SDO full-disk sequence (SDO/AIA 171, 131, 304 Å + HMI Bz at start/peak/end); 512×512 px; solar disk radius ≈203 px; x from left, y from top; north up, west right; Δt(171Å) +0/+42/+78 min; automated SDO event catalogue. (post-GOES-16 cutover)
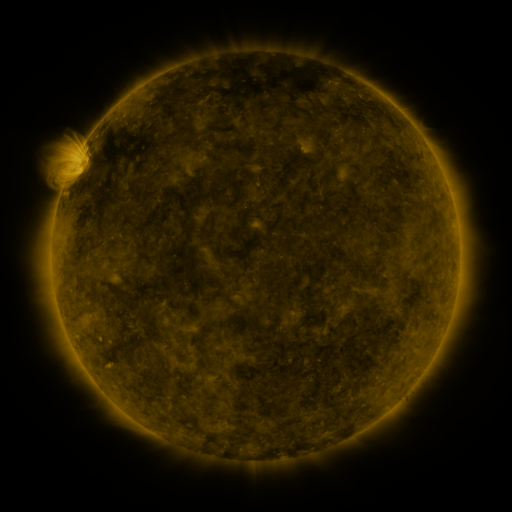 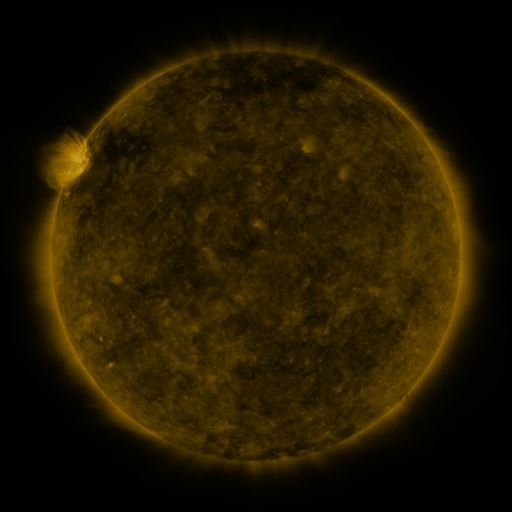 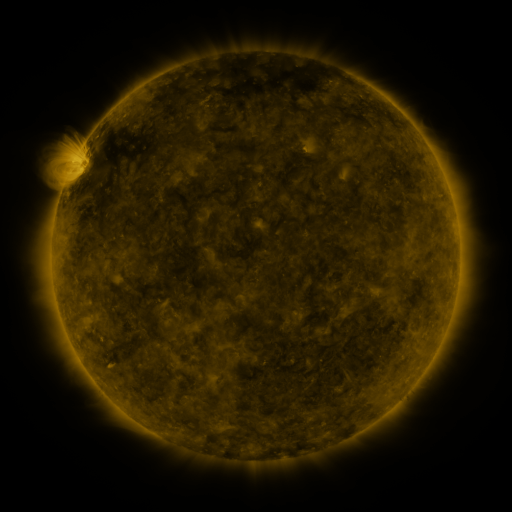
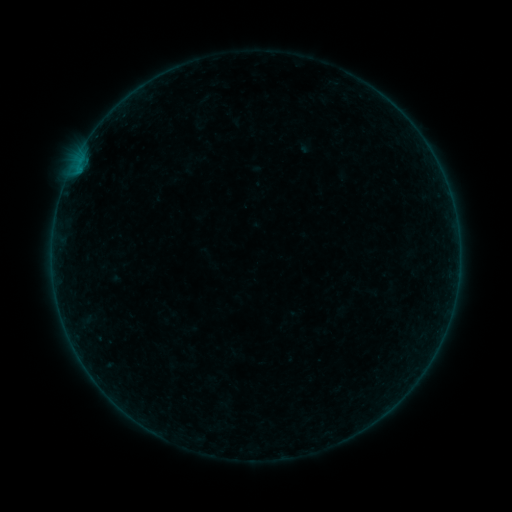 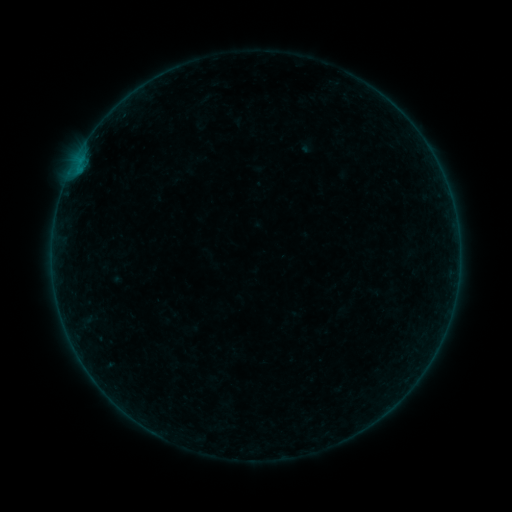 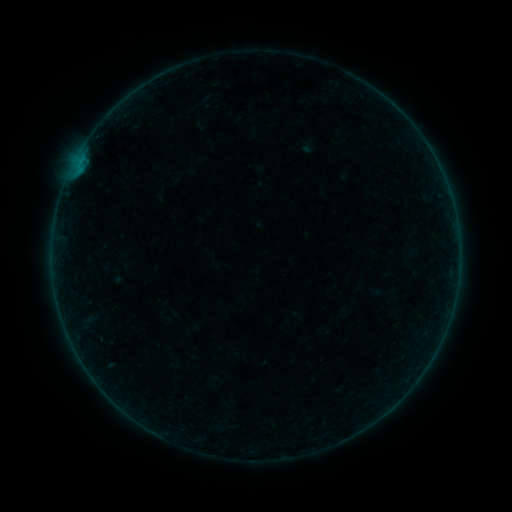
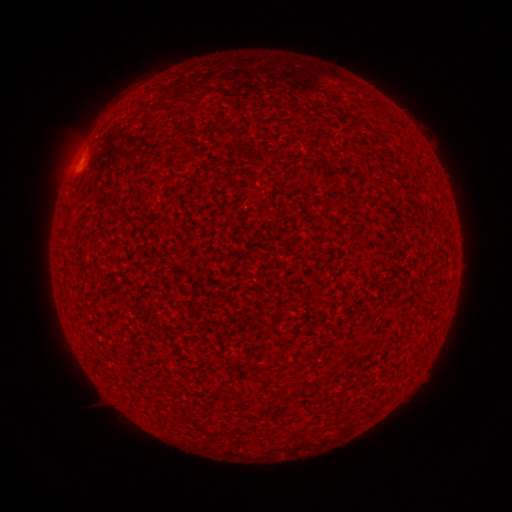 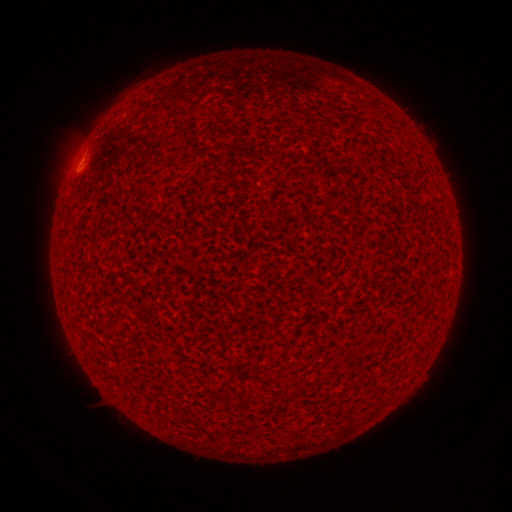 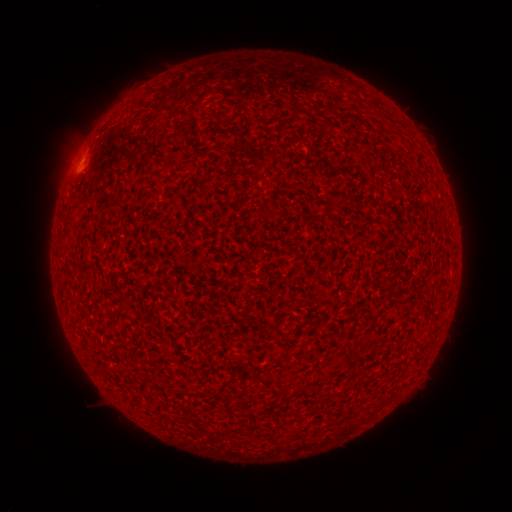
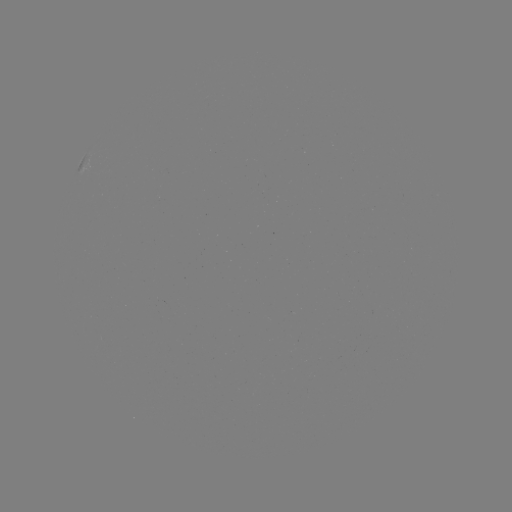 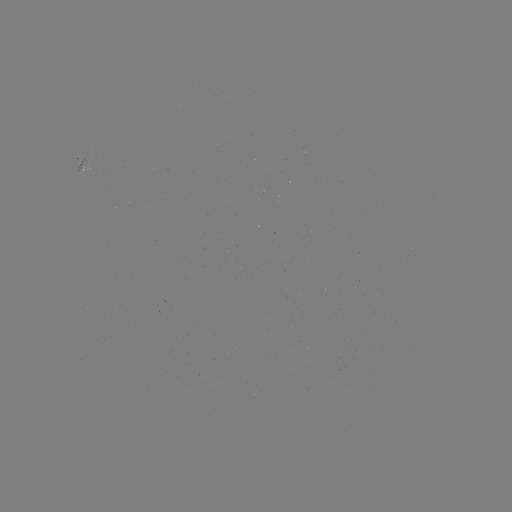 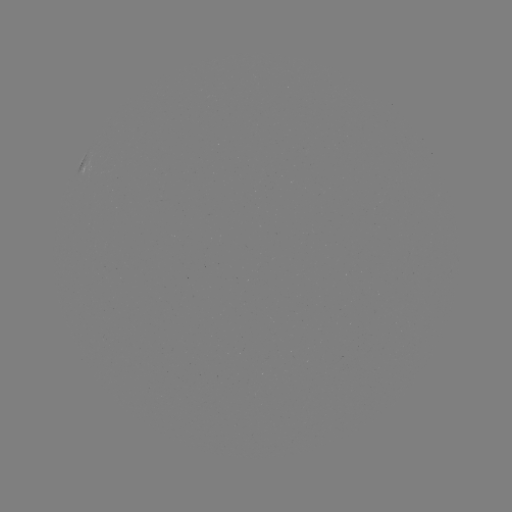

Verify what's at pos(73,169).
A7.6 flare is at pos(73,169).